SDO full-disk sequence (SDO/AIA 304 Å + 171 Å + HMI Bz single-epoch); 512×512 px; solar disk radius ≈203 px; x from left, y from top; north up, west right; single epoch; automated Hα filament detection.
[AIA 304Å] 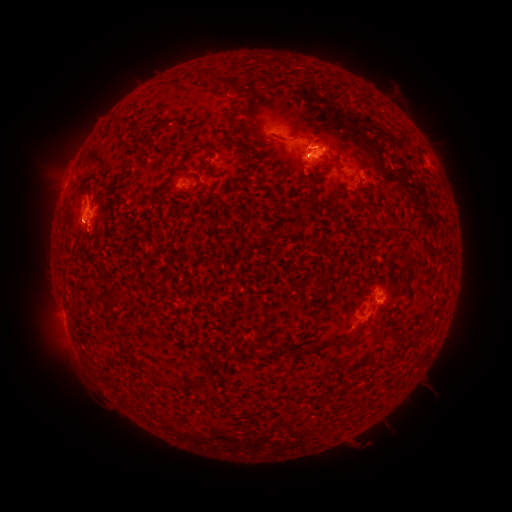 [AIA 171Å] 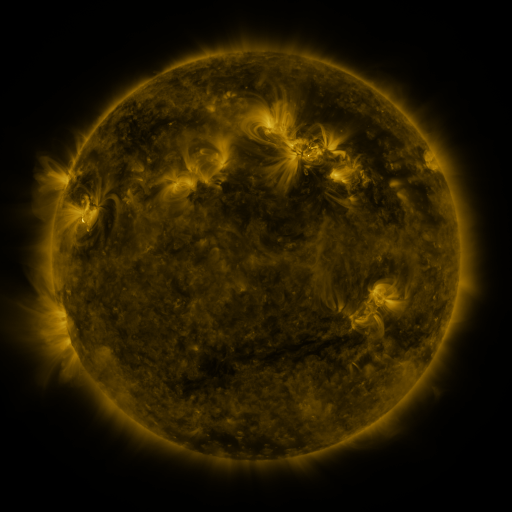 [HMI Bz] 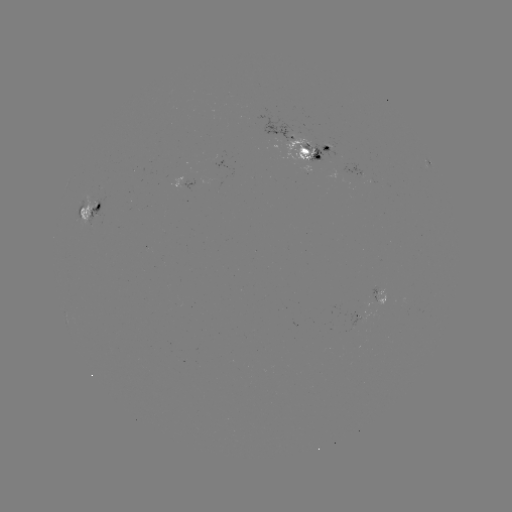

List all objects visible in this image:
filament: (237, 91)
filament: (247, 114)
filament: (275, 136)
filament: (265, 153)
filament: (329, 166)
filament: (315, 175)
filament: (268, 235)
filament: (343, 339)
filament: (311, 347)
filament: (158, 380)
filament: (180, 385)
